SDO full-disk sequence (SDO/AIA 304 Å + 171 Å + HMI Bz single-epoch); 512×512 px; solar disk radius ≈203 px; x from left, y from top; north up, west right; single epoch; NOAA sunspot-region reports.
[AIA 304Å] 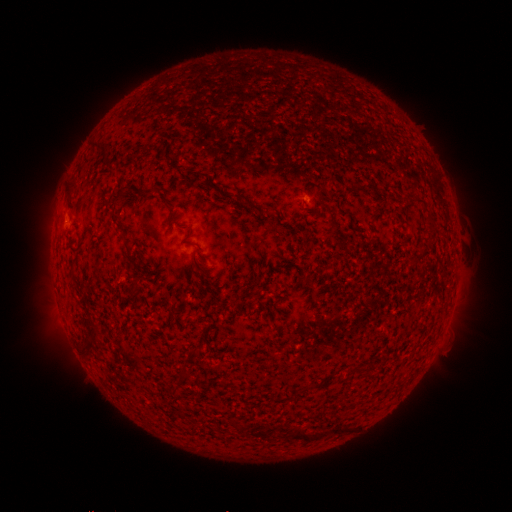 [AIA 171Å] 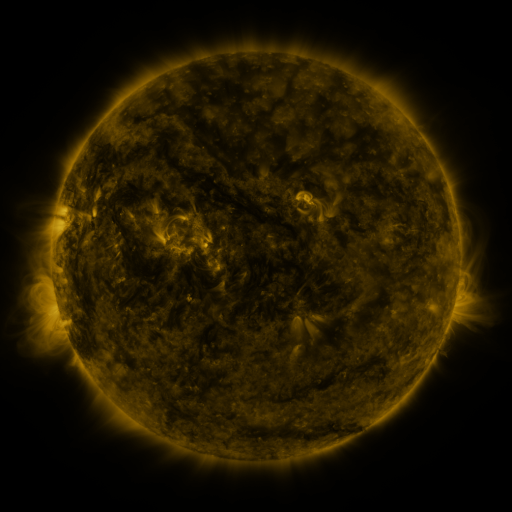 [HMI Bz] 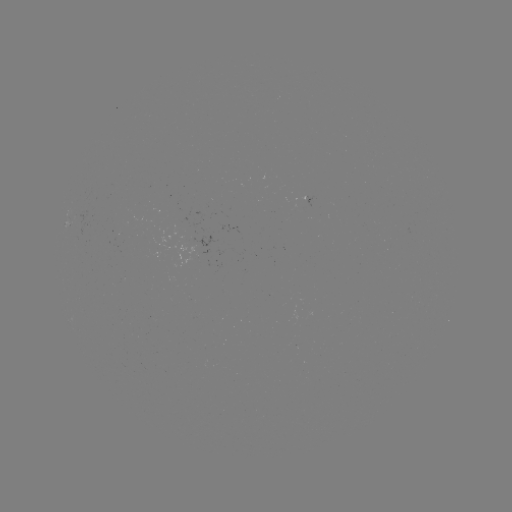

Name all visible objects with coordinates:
(none)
